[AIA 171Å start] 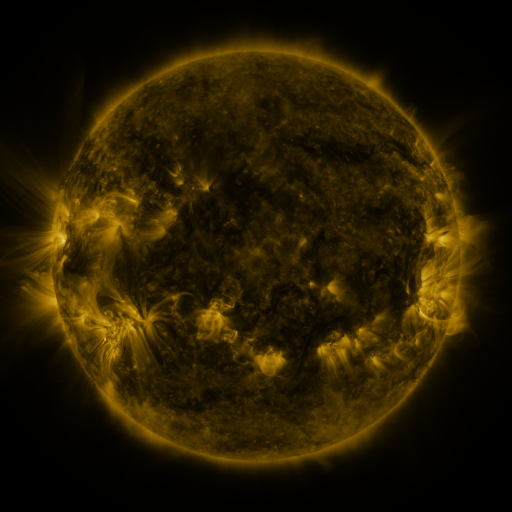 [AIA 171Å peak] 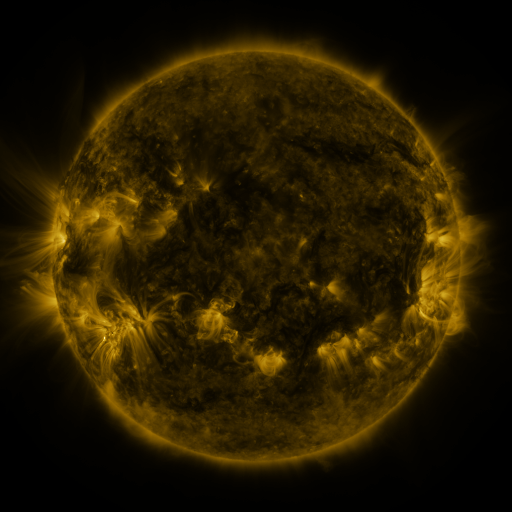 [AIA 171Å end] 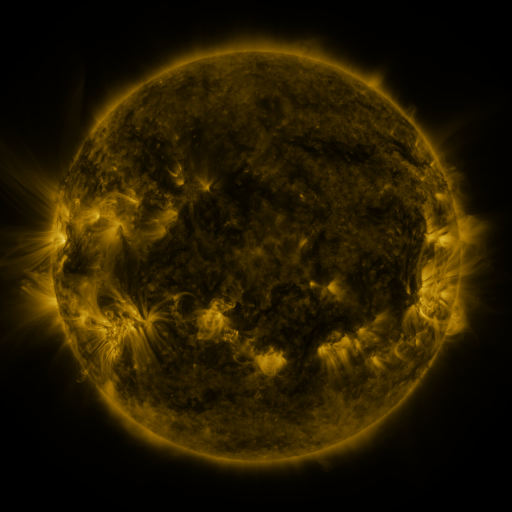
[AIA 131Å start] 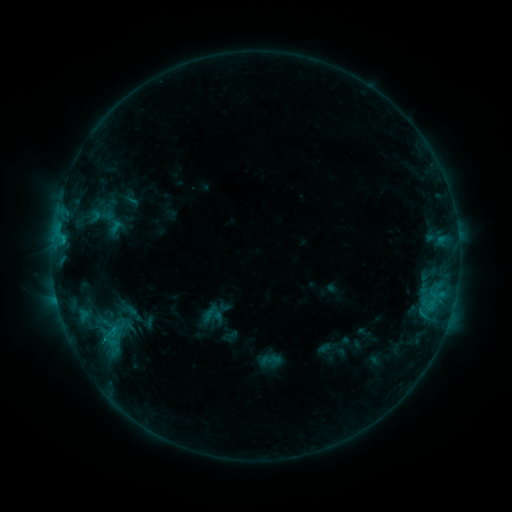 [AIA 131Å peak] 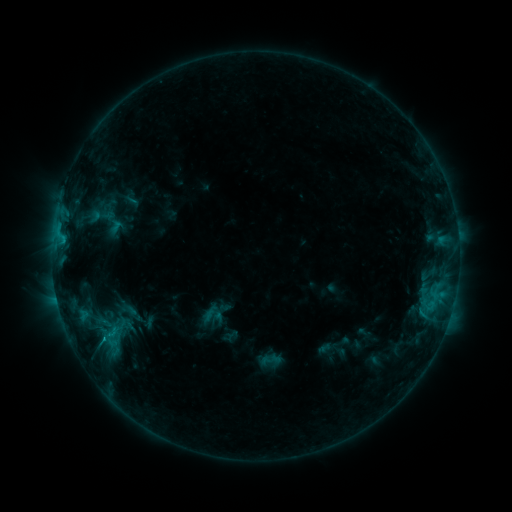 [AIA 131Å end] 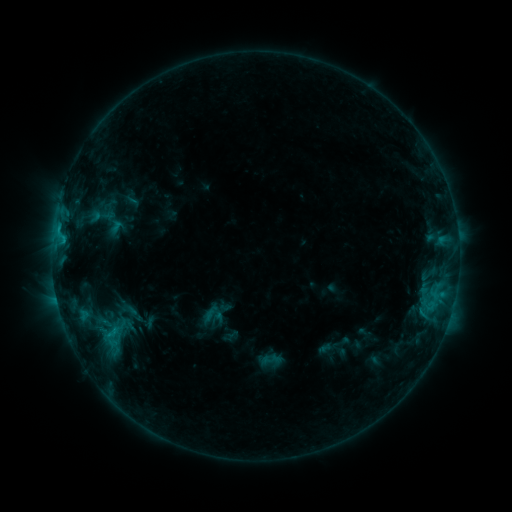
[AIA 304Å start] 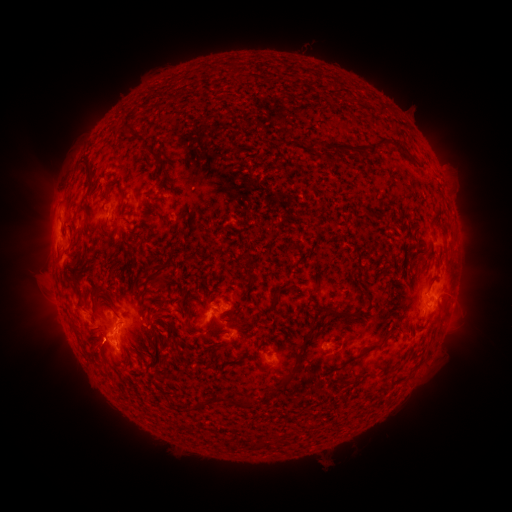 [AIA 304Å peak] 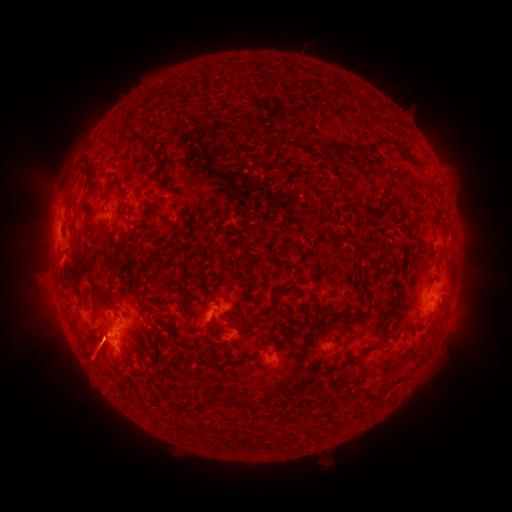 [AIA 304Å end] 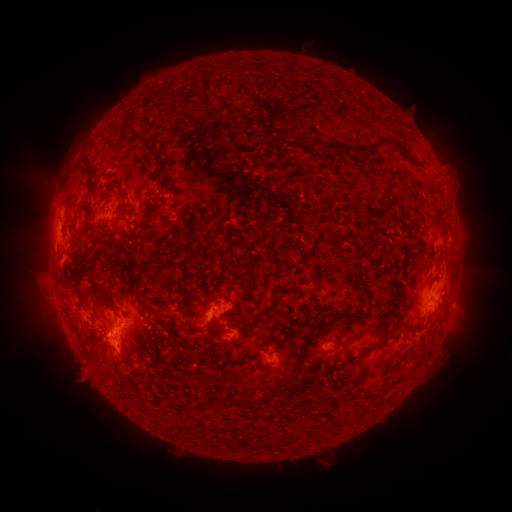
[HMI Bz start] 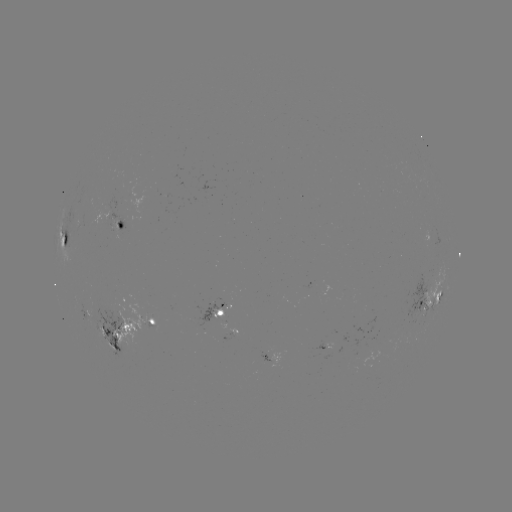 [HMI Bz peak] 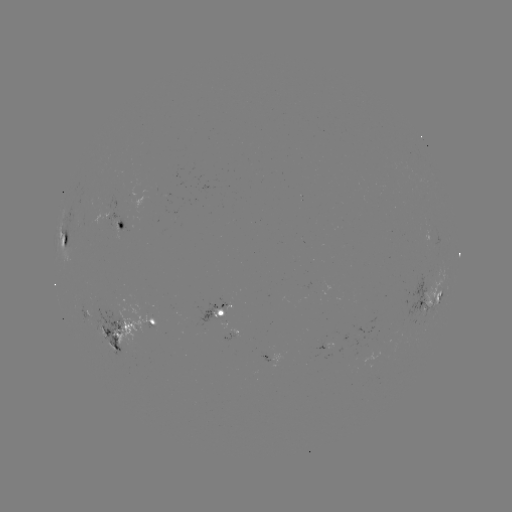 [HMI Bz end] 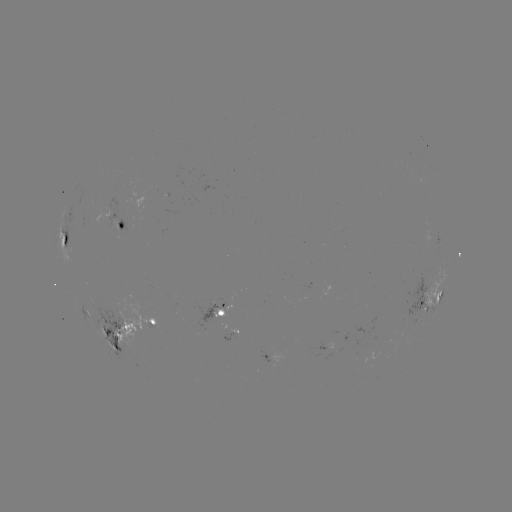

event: eruption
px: (93, 360)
